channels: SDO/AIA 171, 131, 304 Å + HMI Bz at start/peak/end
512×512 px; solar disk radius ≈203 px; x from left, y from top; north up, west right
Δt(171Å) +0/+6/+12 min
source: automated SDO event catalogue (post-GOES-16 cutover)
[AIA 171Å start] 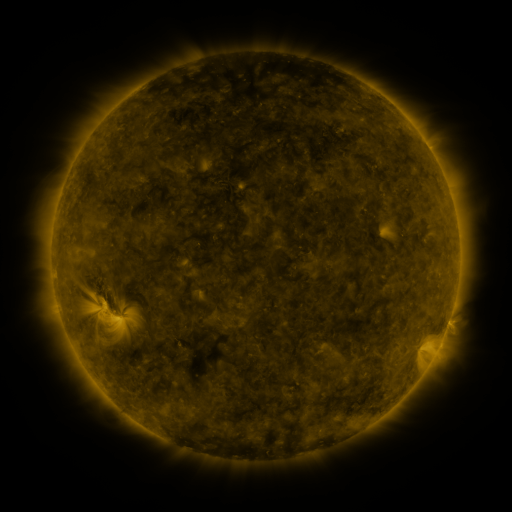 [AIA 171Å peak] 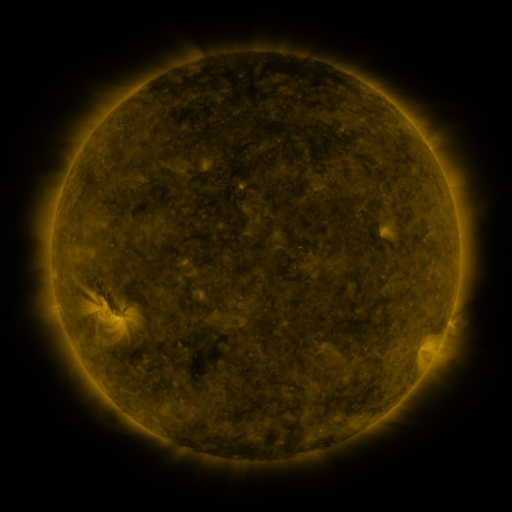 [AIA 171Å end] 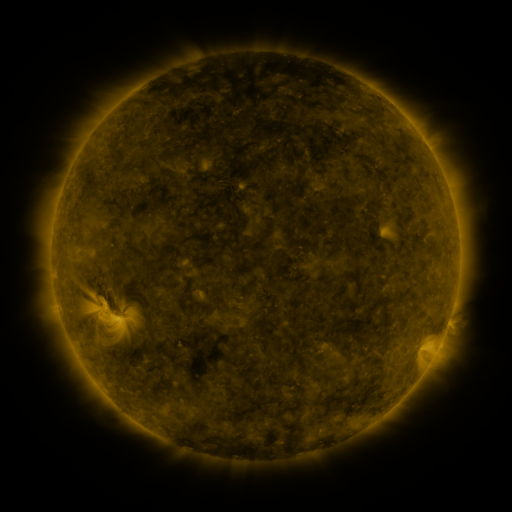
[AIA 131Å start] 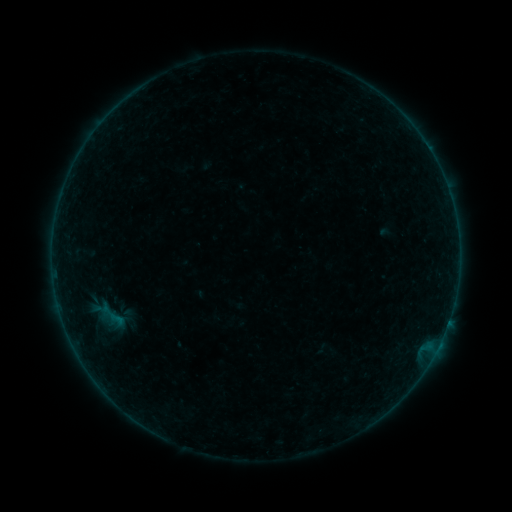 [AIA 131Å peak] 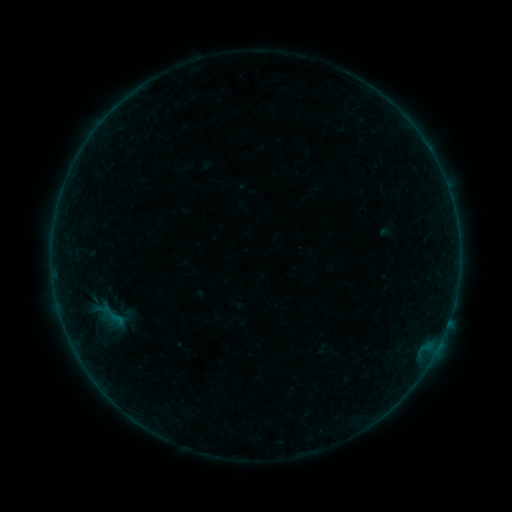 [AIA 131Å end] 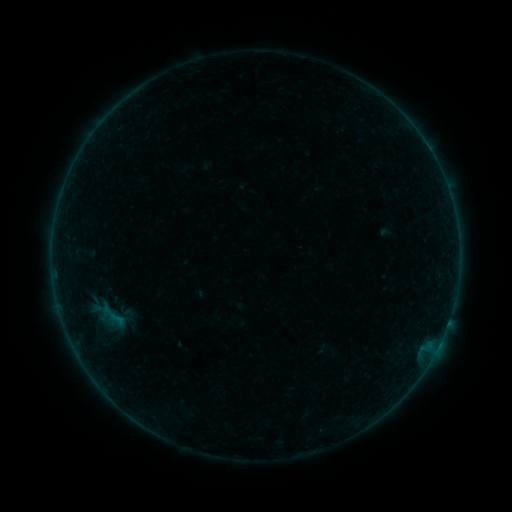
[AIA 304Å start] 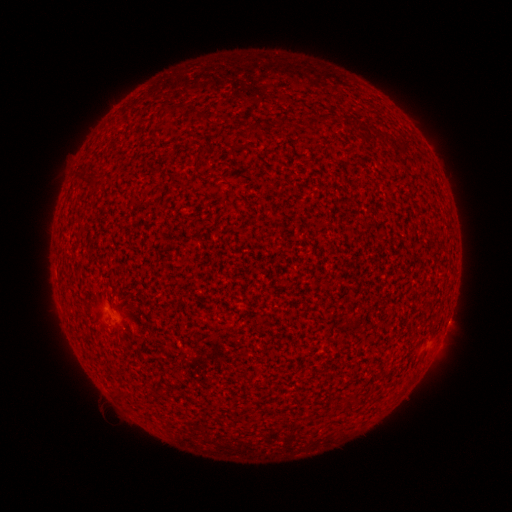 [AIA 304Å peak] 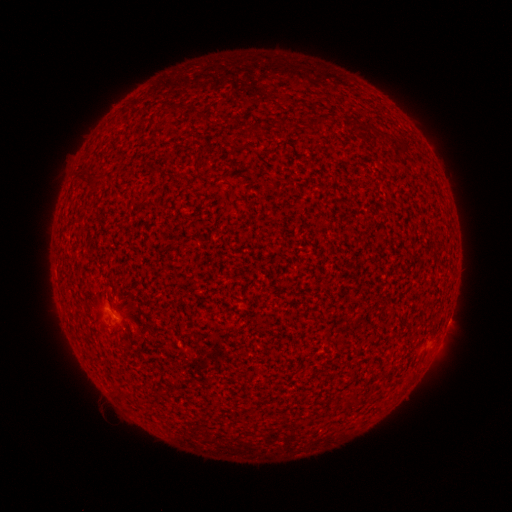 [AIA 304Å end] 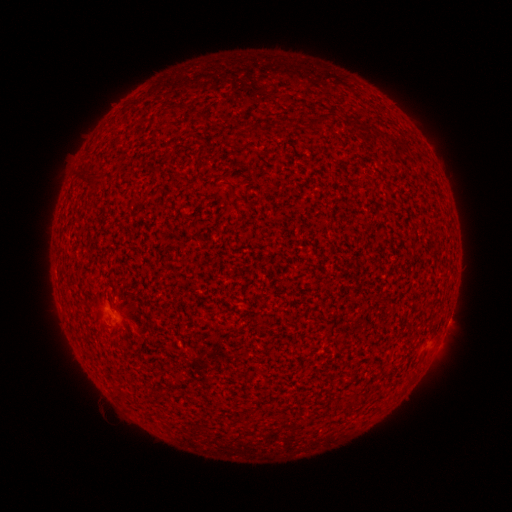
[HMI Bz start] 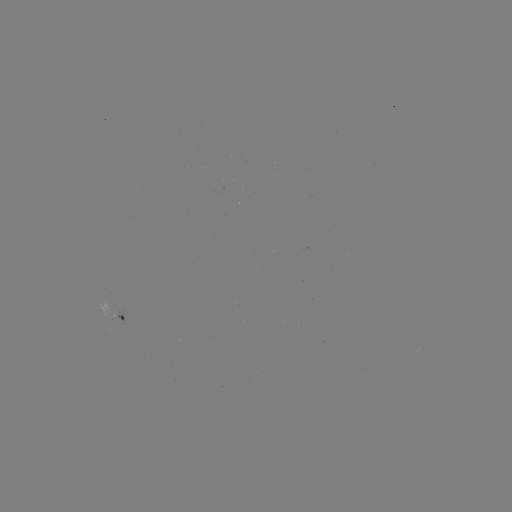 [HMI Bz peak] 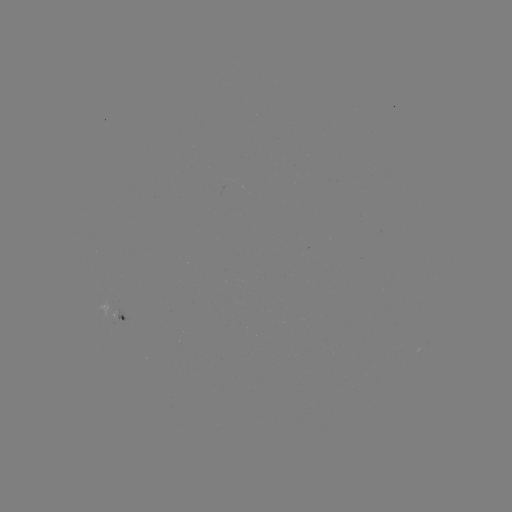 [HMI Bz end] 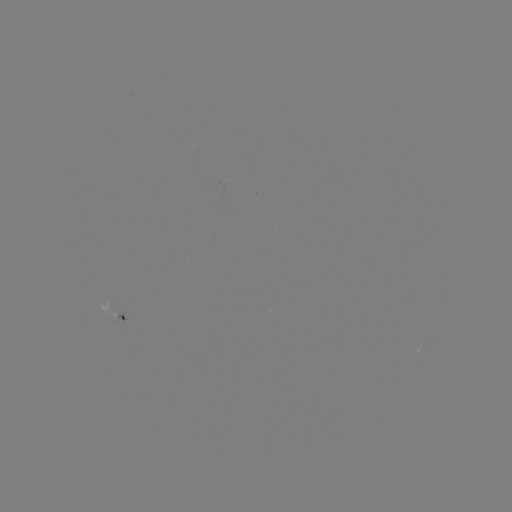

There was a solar flare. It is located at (115, 315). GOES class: A5.9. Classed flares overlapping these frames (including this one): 1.